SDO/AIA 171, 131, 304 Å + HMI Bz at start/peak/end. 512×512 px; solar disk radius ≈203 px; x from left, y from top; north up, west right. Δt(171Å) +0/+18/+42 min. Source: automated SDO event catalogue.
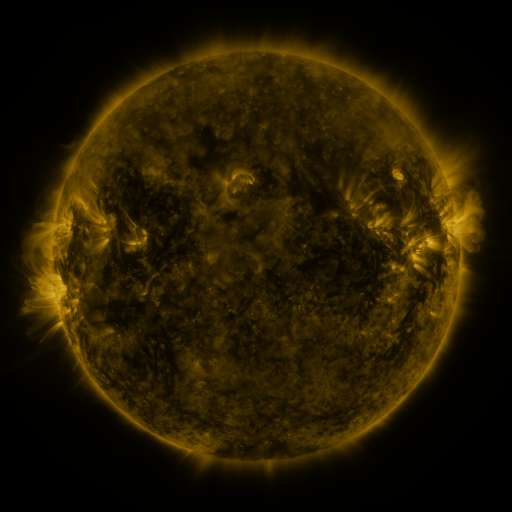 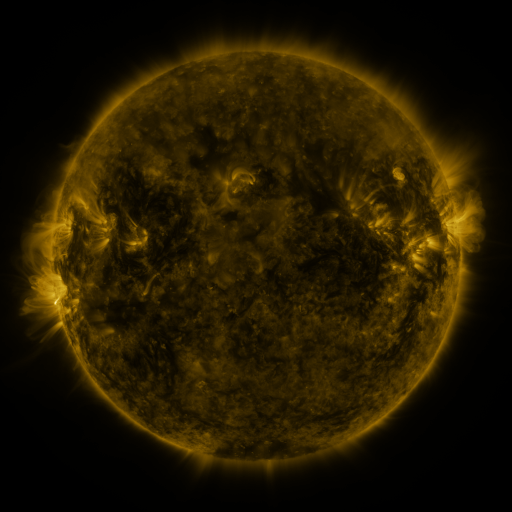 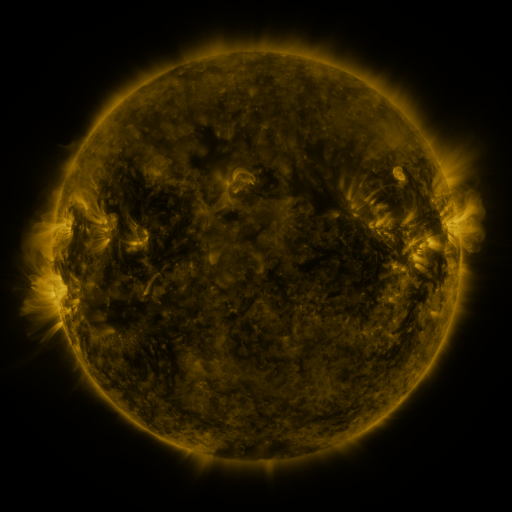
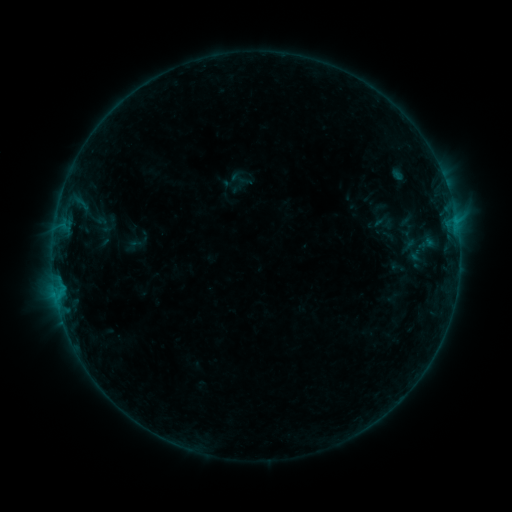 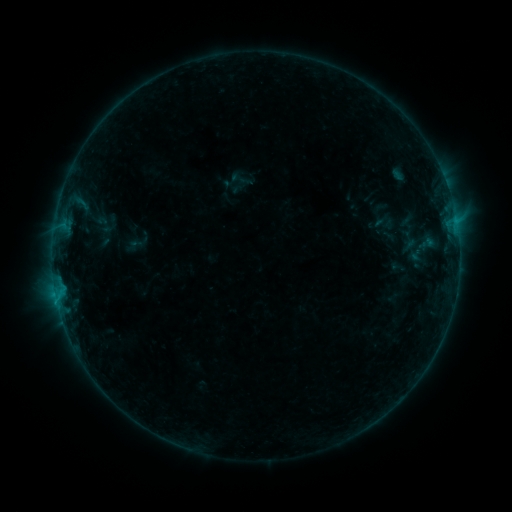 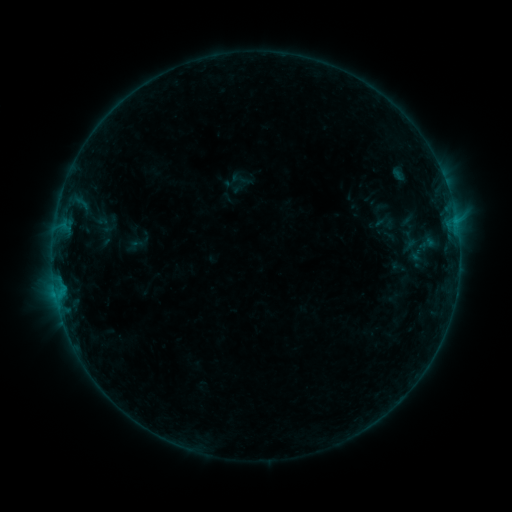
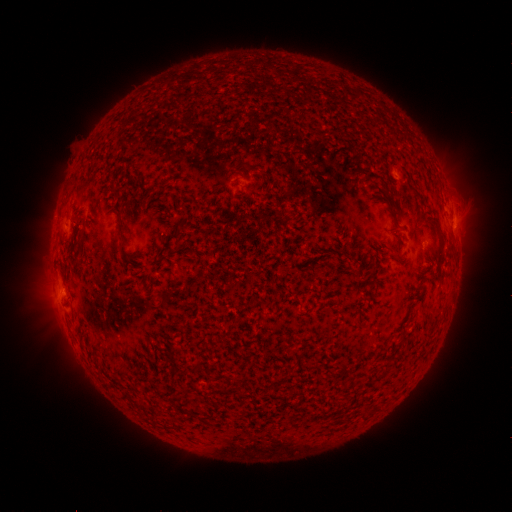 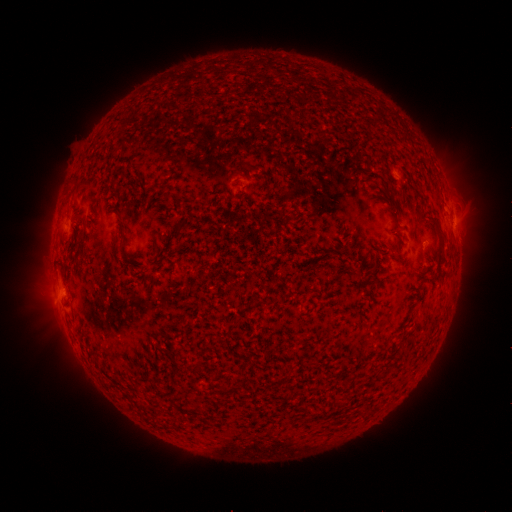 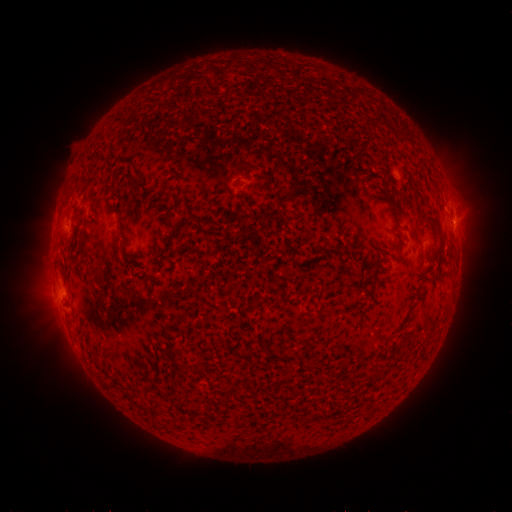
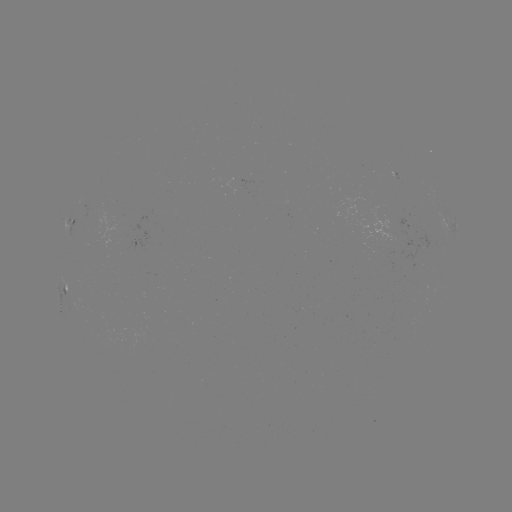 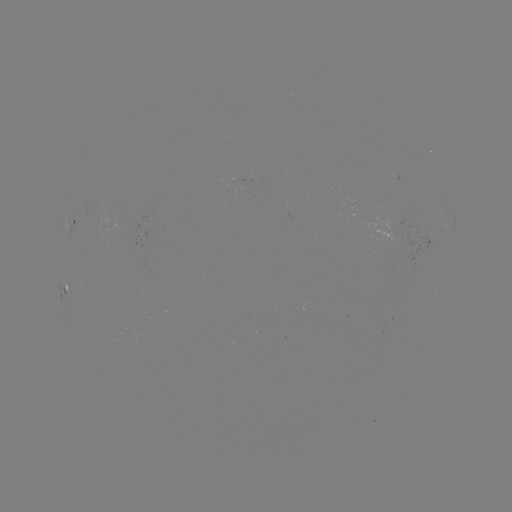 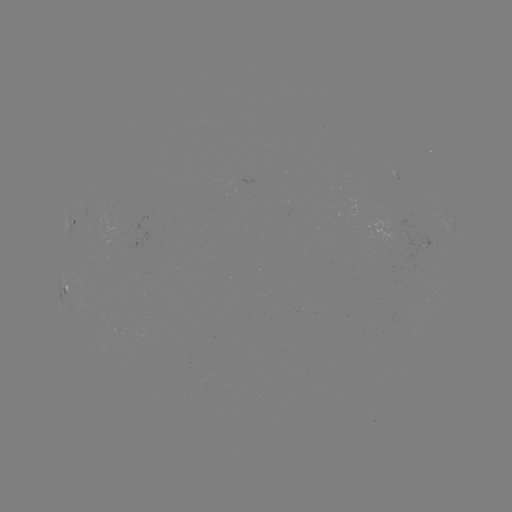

no catalogued flare and no flagged EUV brightening in this window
